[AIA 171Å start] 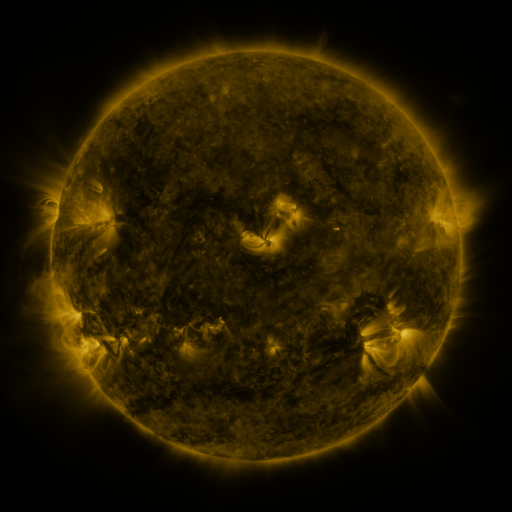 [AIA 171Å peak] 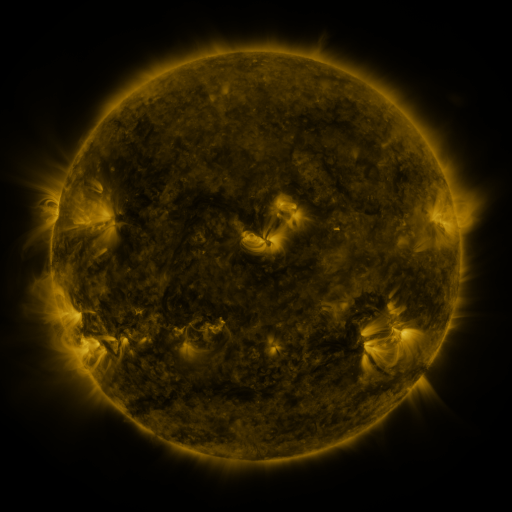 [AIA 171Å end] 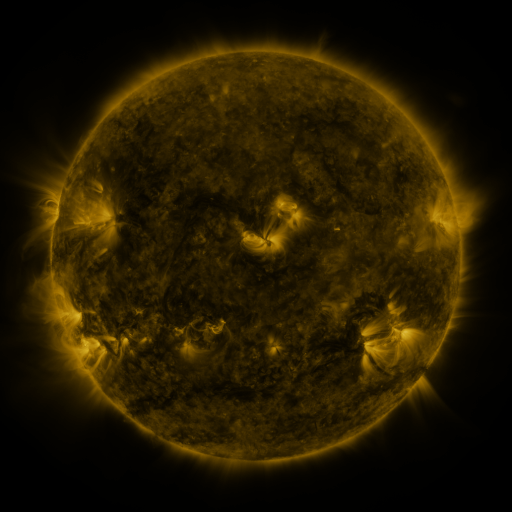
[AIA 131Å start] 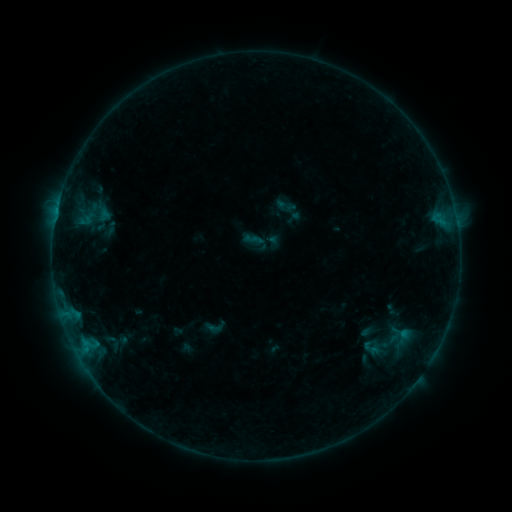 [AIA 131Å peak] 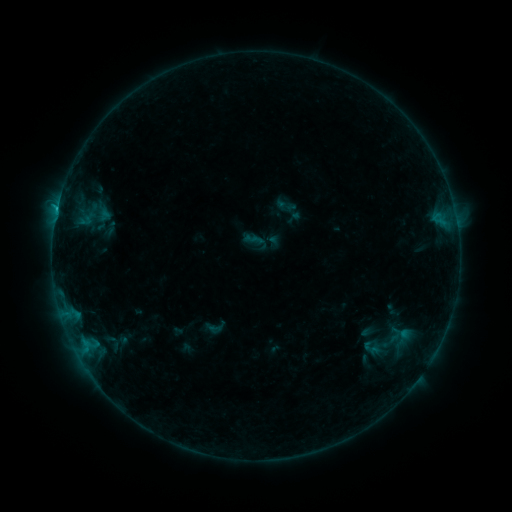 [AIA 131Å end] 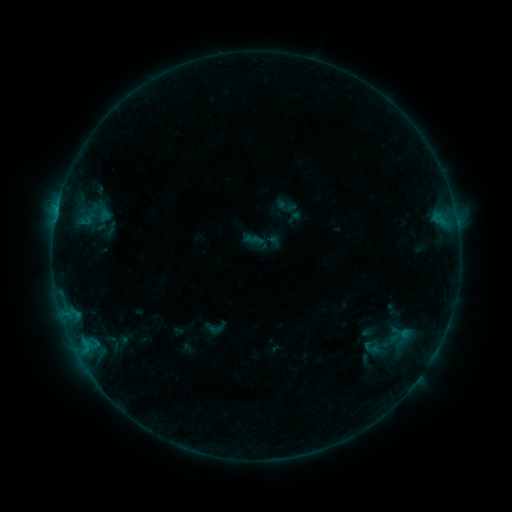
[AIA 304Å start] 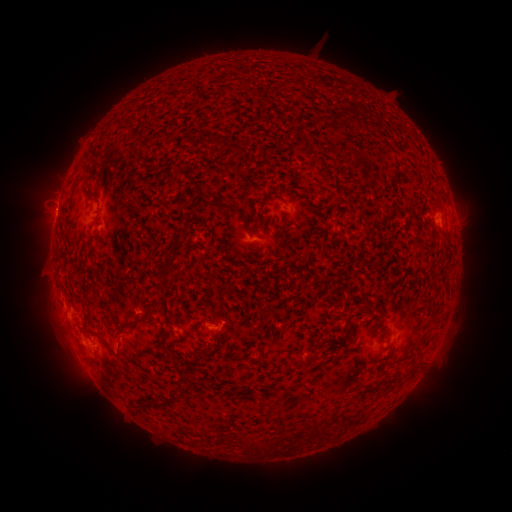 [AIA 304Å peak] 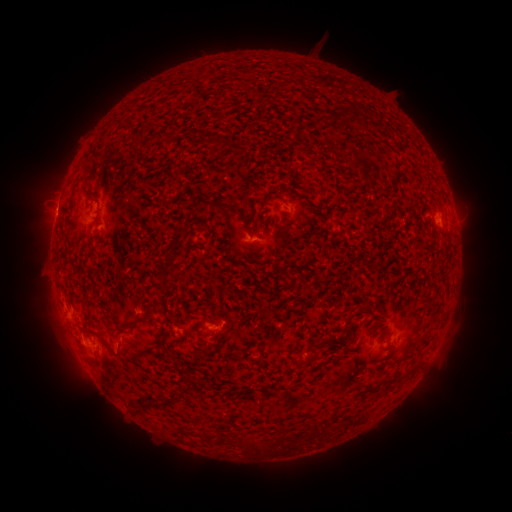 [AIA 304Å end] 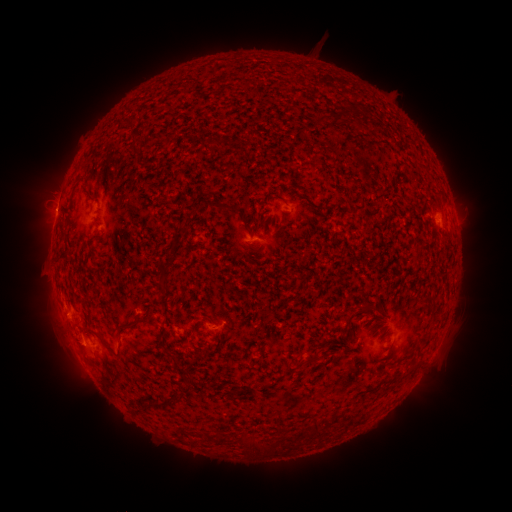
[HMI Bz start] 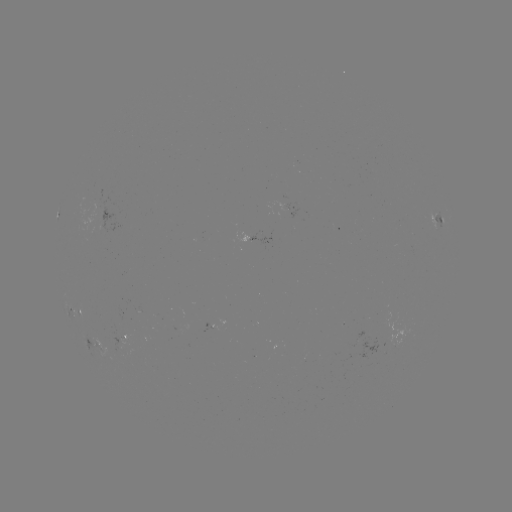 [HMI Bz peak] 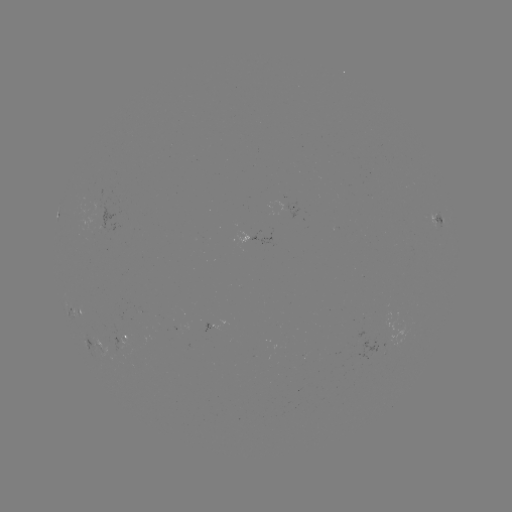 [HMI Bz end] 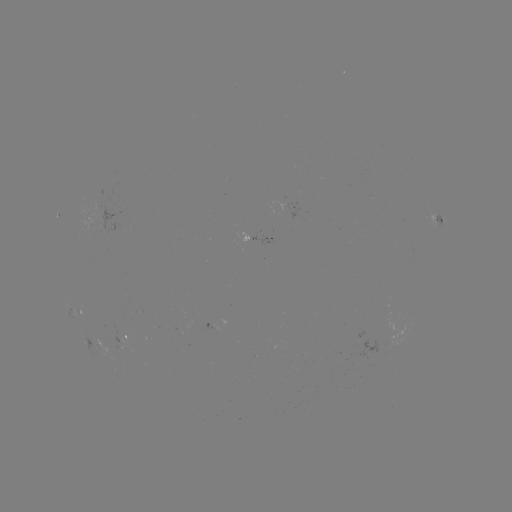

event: flare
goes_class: B5.1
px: (58, 210)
